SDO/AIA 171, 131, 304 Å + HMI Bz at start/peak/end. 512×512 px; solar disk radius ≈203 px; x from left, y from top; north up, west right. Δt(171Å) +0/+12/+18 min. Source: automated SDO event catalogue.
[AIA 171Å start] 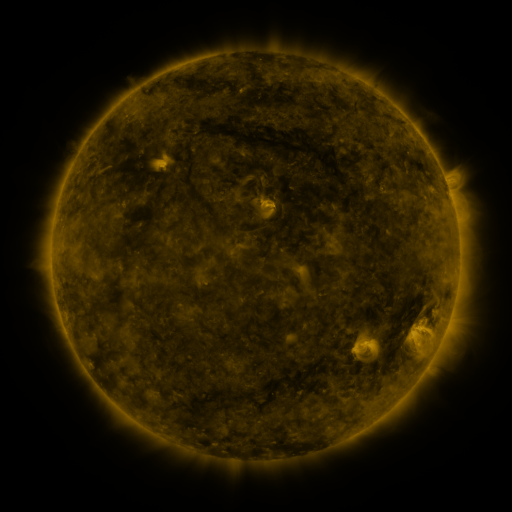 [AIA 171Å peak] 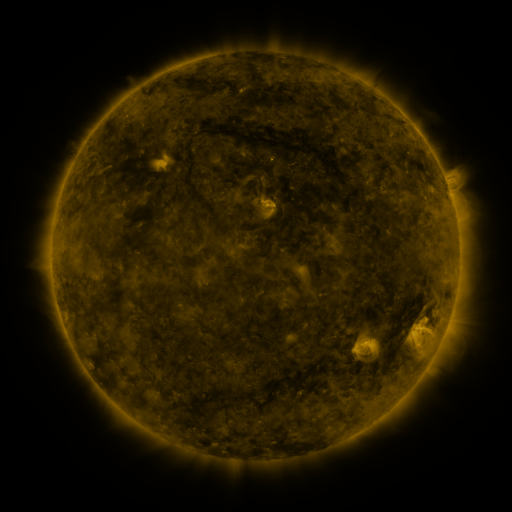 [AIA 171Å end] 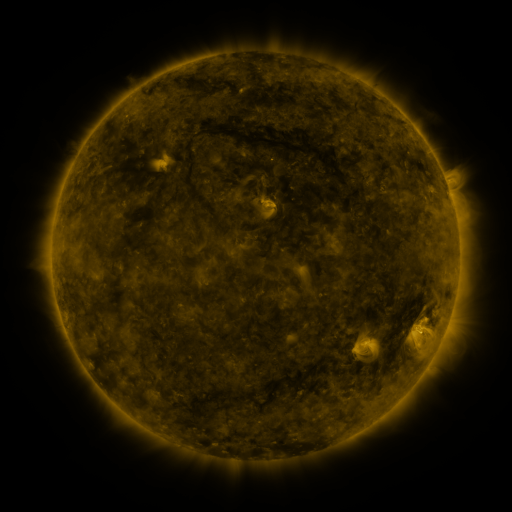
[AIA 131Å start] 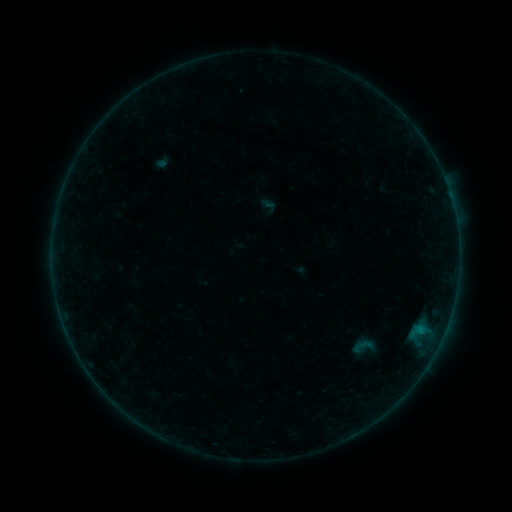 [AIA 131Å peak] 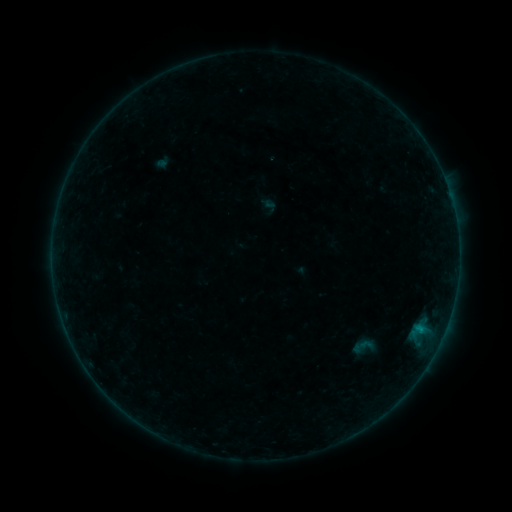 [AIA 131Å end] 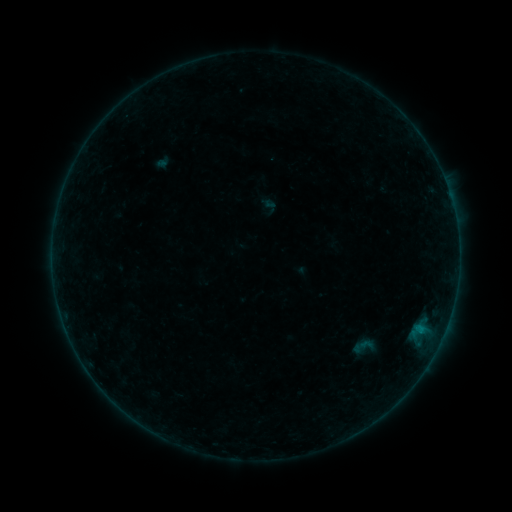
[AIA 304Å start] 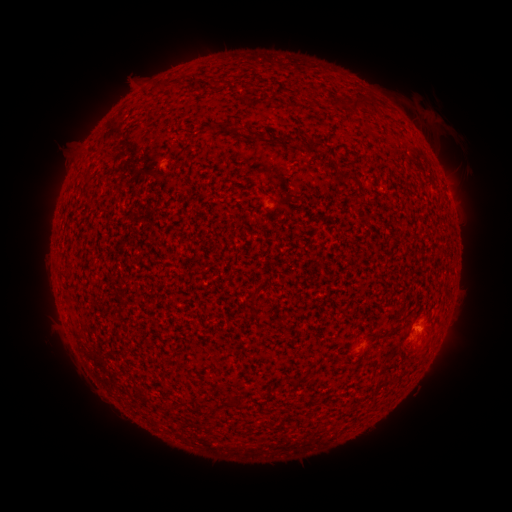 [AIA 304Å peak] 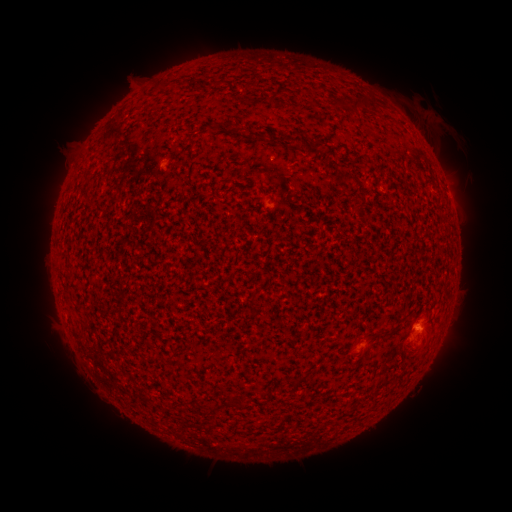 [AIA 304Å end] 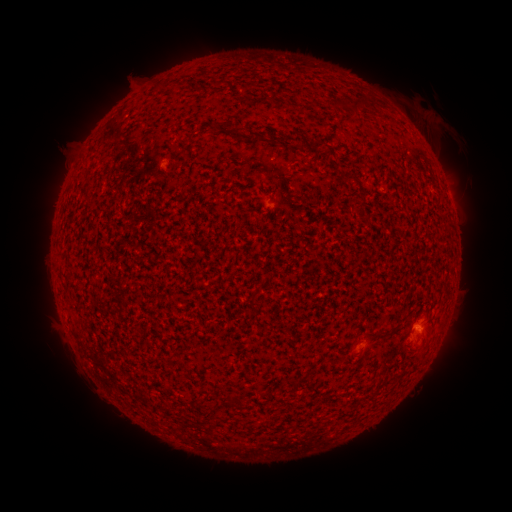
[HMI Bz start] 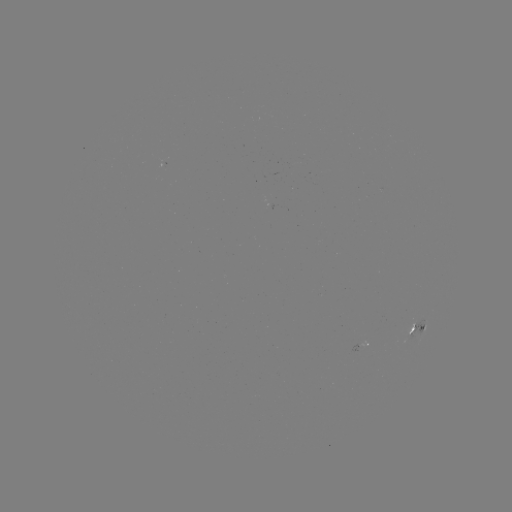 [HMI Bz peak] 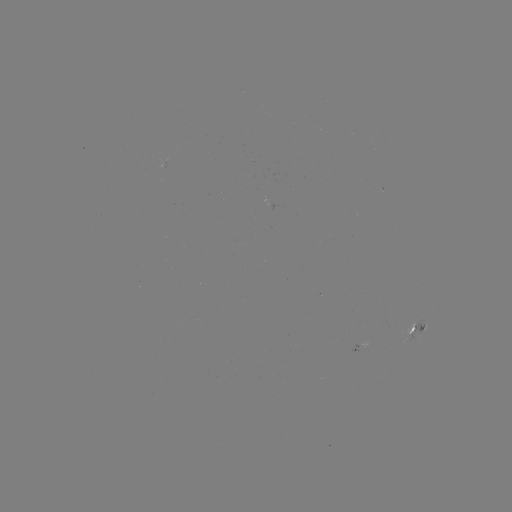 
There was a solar flare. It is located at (419, 329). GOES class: B1.9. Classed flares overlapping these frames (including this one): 1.